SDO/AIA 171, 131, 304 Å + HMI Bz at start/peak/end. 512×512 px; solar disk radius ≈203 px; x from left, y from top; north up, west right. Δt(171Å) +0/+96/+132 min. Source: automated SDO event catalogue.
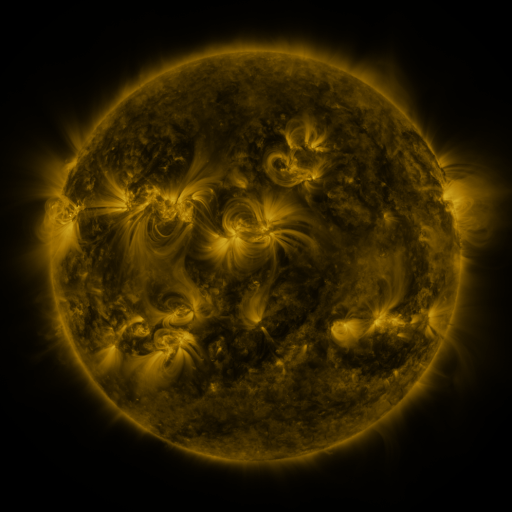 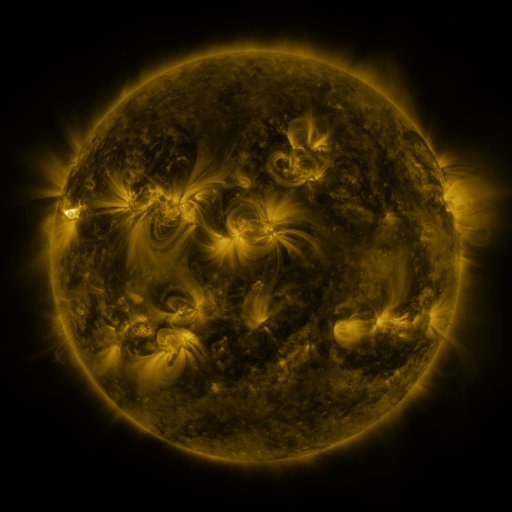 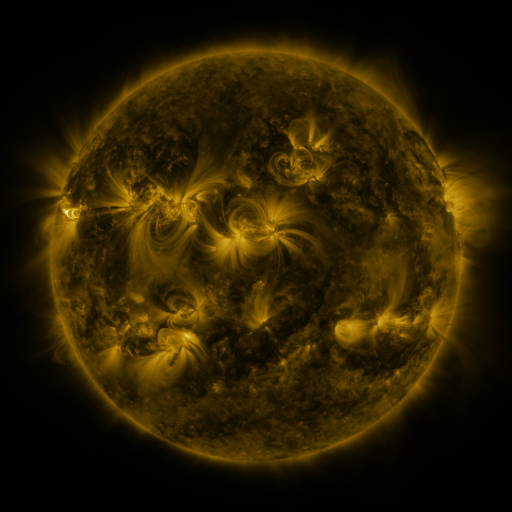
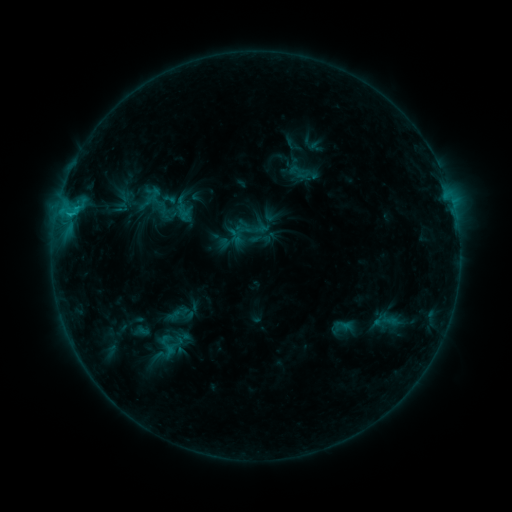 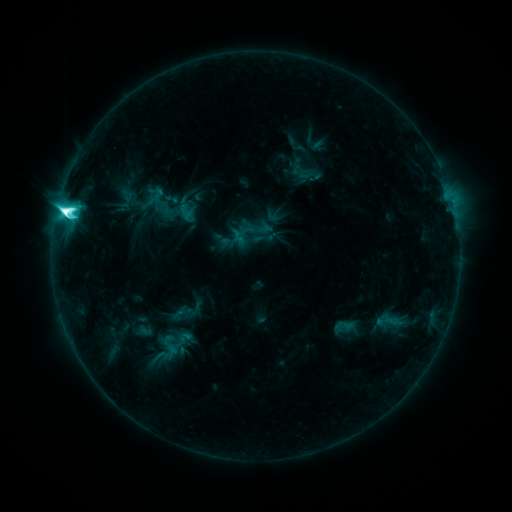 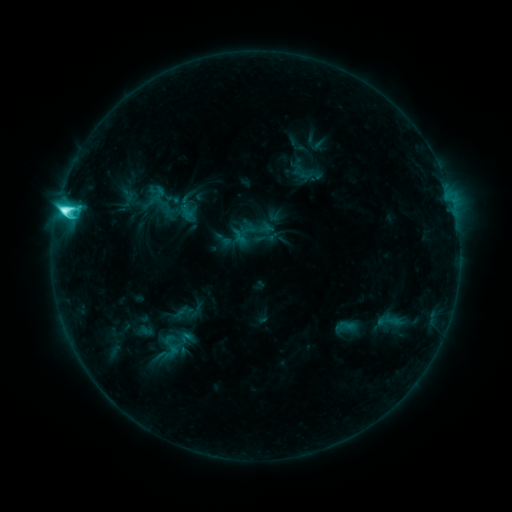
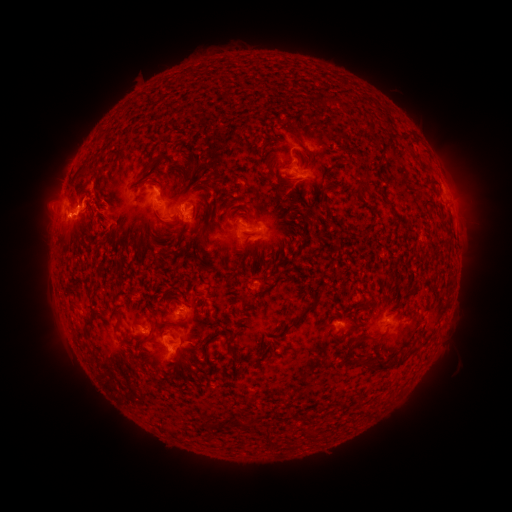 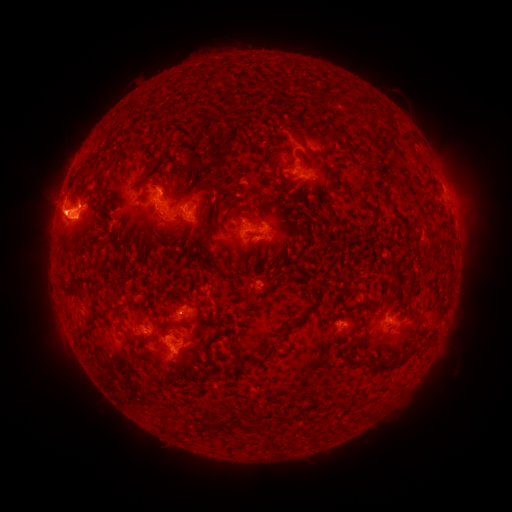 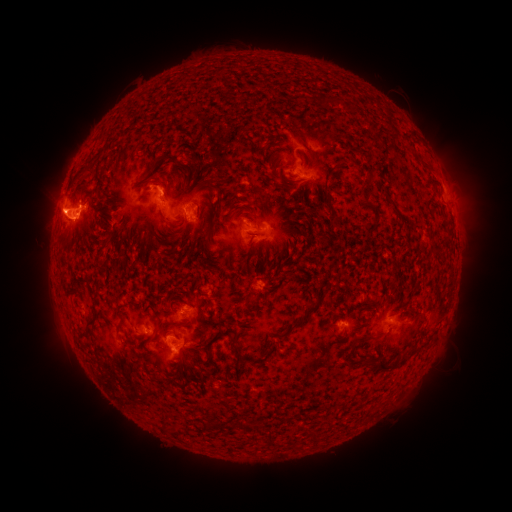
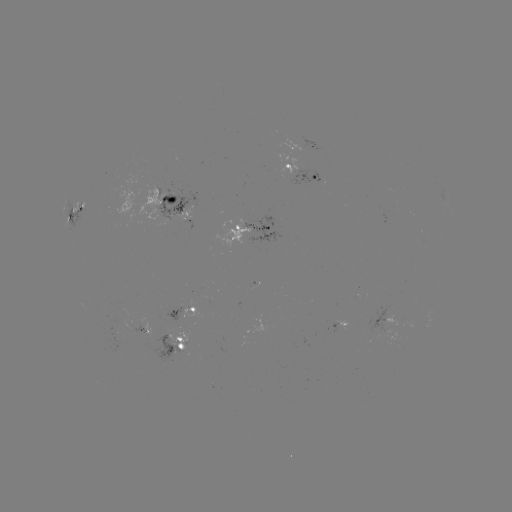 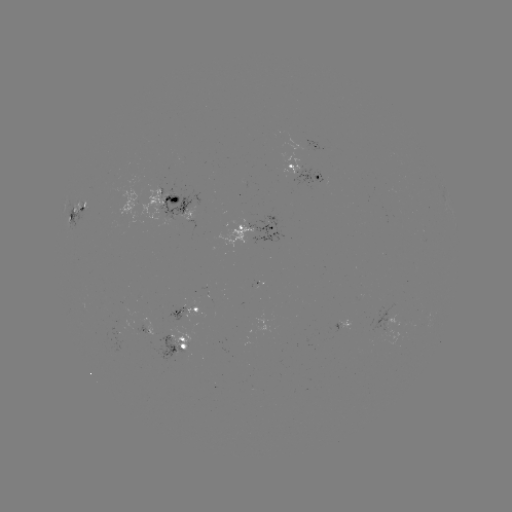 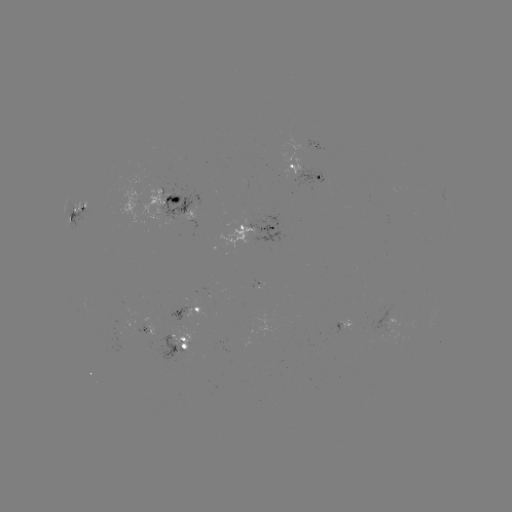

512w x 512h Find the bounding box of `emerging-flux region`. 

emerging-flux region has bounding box [166, 305, 188, 321].